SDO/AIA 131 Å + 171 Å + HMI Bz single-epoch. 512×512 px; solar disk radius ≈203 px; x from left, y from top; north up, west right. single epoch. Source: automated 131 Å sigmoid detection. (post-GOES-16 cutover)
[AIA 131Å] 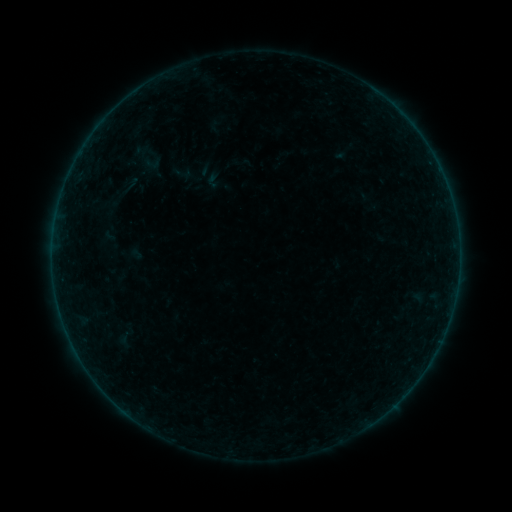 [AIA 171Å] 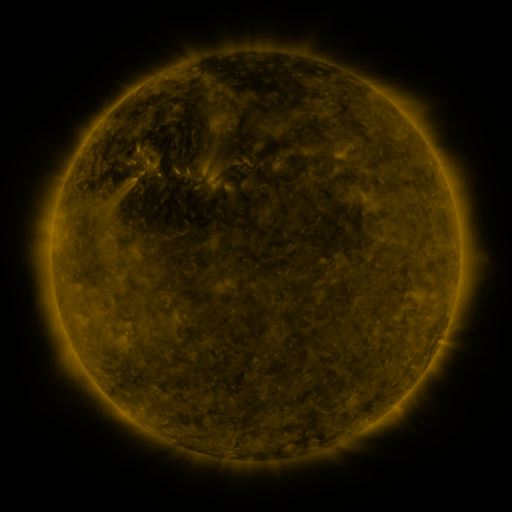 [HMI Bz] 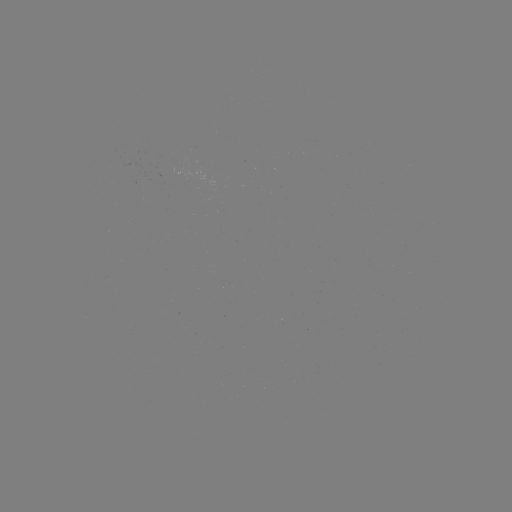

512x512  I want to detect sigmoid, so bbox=[144, 153, 162, 173].